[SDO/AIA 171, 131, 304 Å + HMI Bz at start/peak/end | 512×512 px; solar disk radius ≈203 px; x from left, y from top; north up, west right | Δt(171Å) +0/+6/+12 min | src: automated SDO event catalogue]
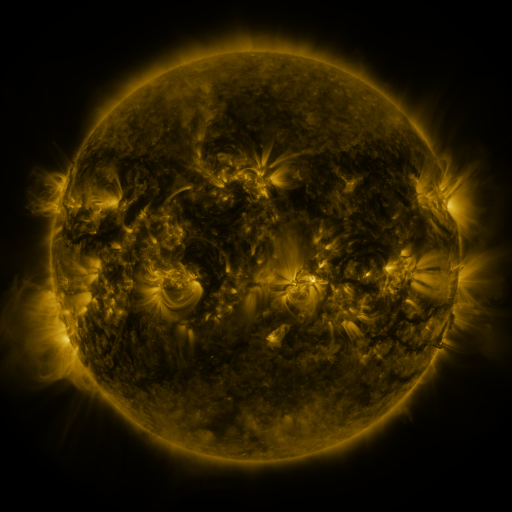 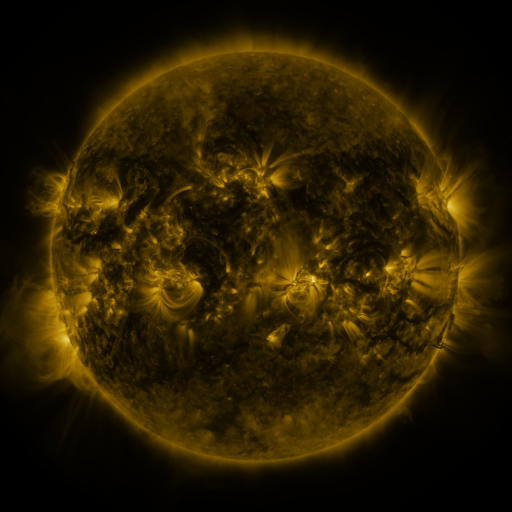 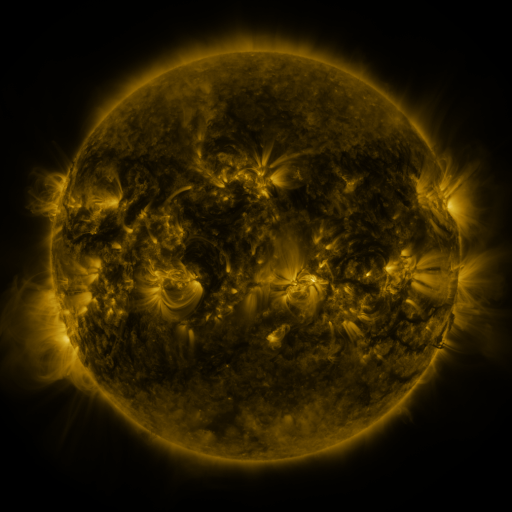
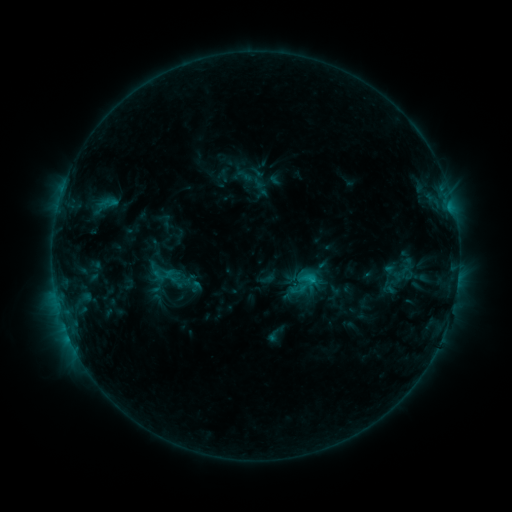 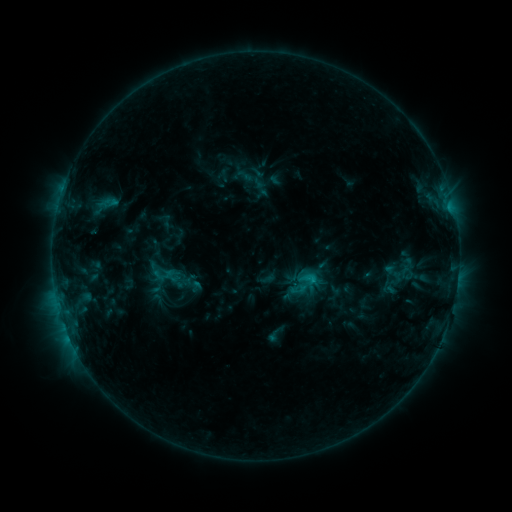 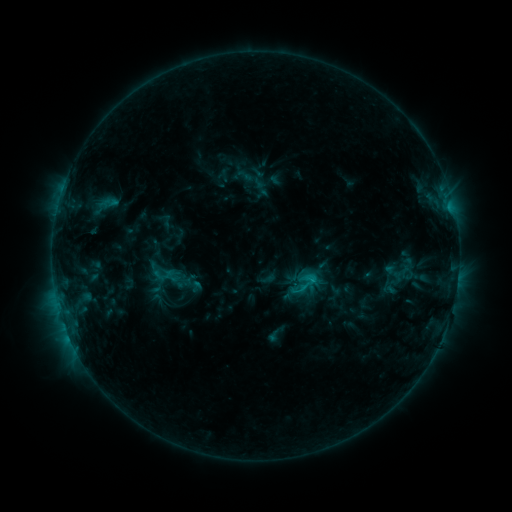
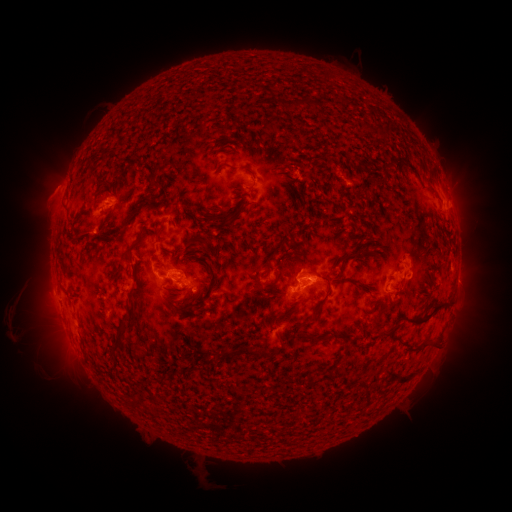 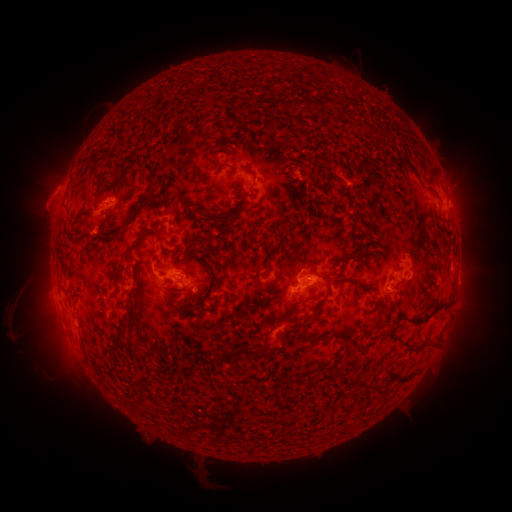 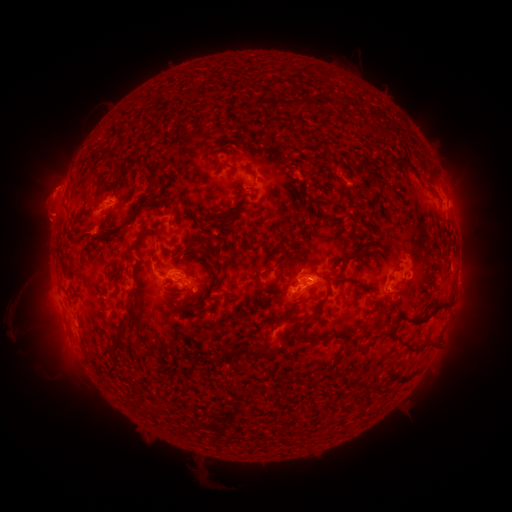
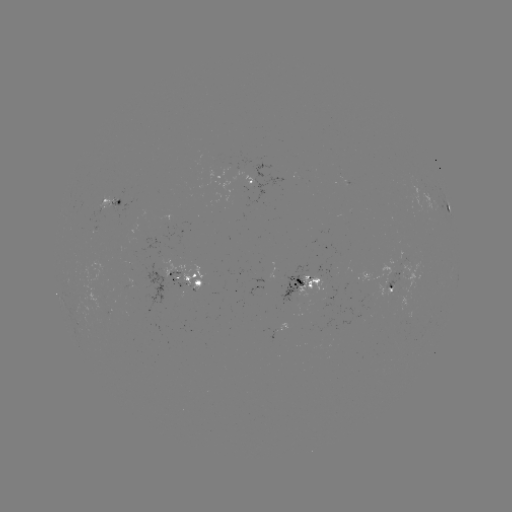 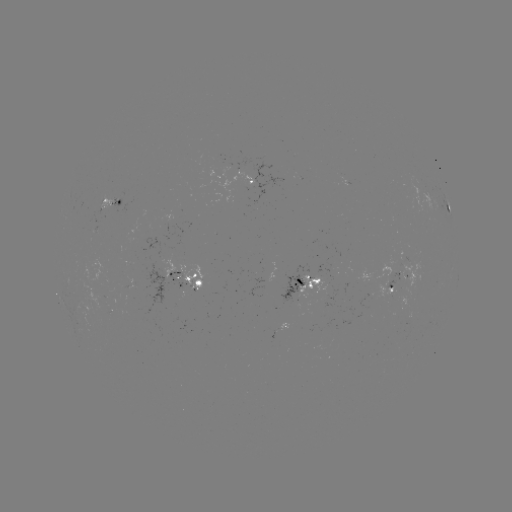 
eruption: <bbox>22, 158, 79, 235</bbox>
